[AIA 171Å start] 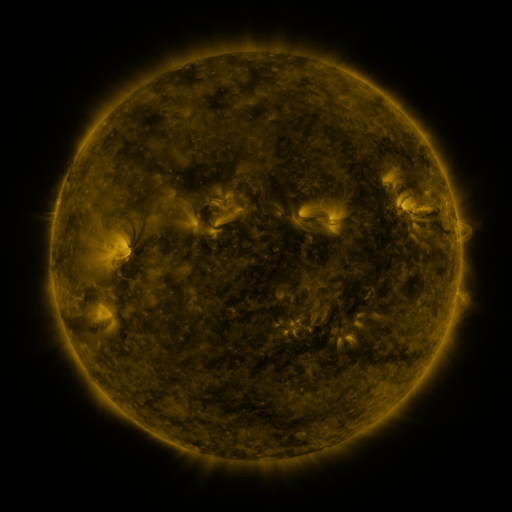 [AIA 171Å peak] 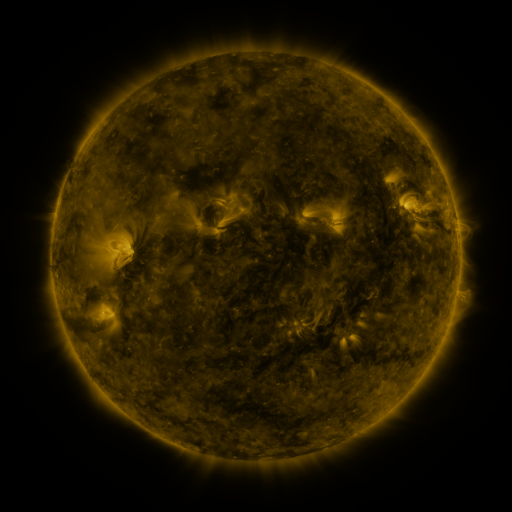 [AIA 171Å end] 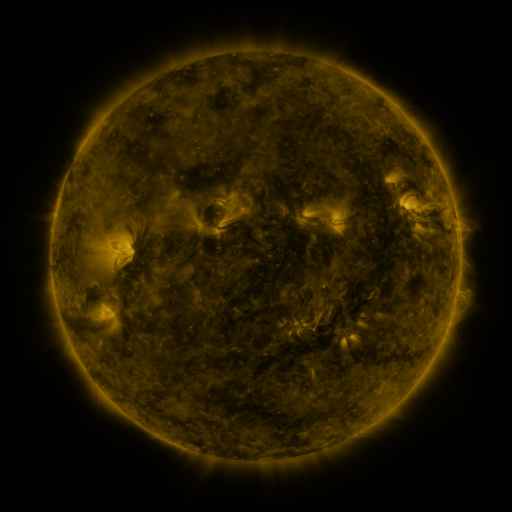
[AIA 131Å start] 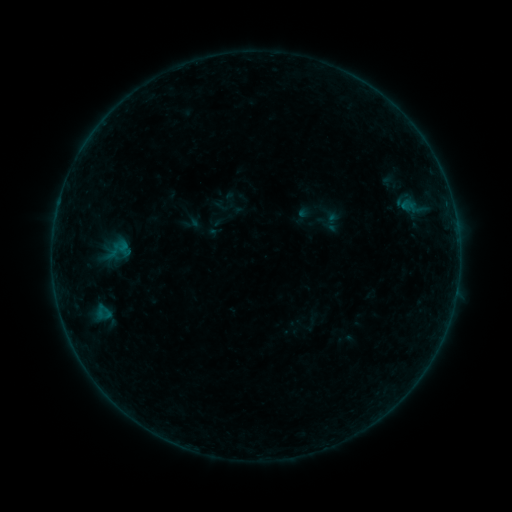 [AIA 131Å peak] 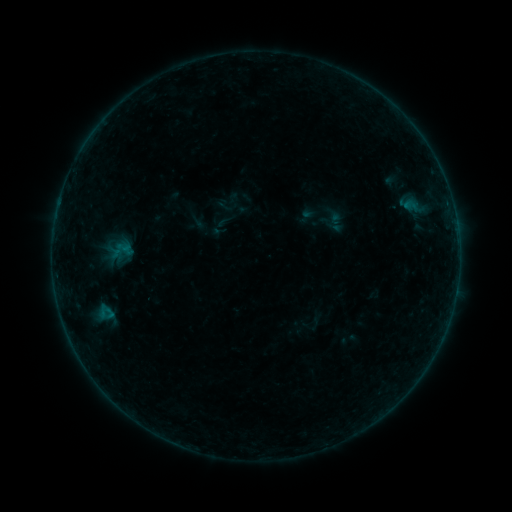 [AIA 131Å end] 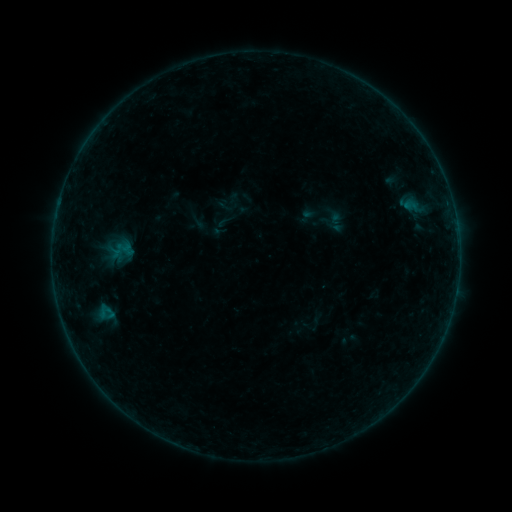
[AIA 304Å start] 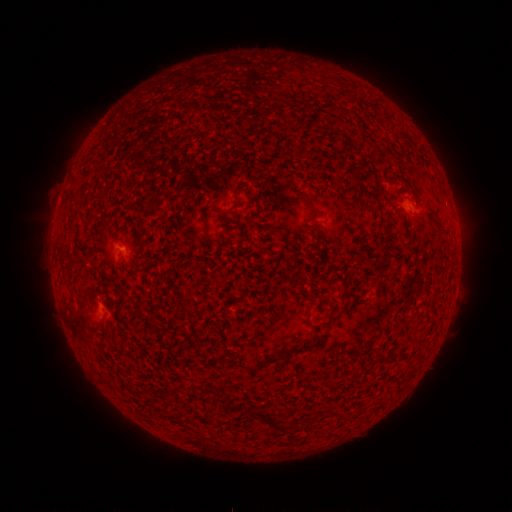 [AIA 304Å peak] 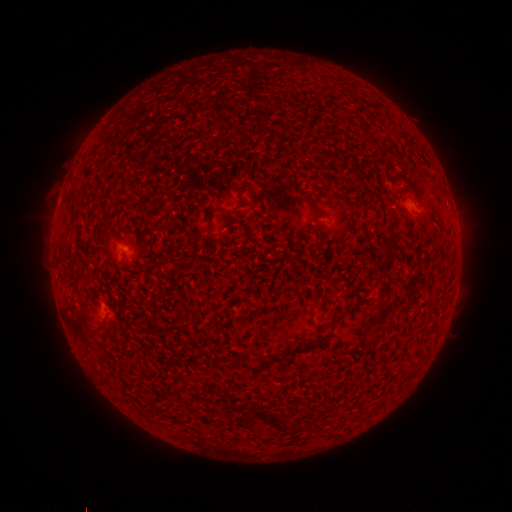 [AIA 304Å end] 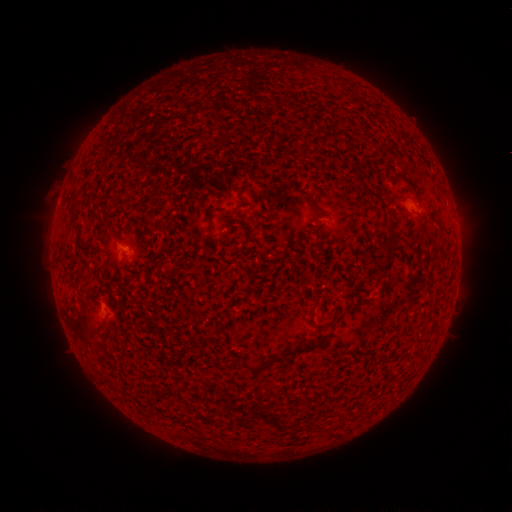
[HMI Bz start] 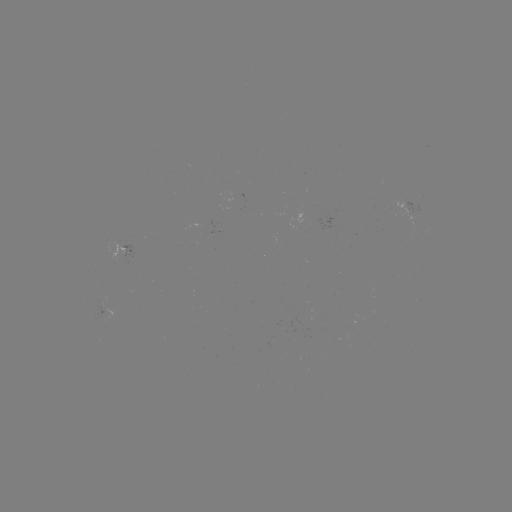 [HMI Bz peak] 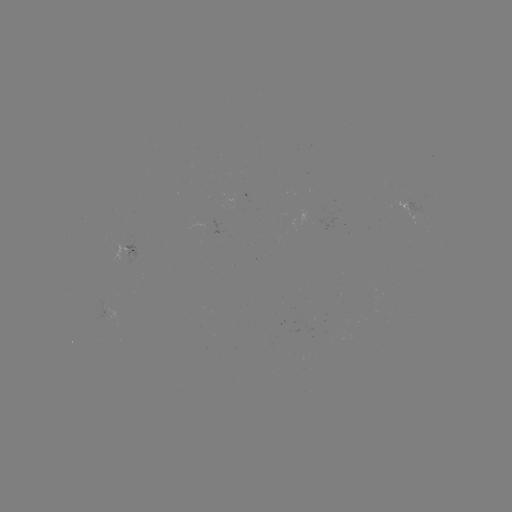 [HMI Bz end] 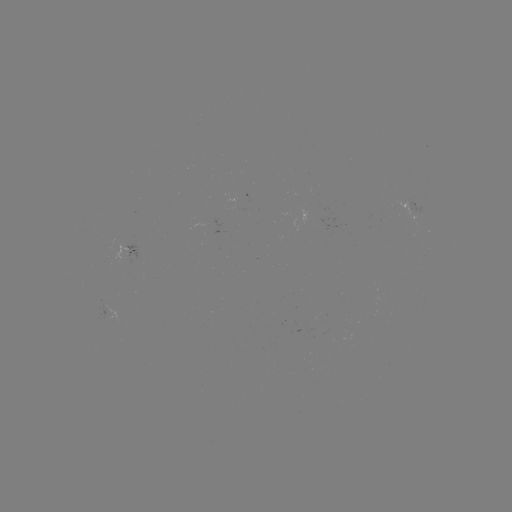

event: emerging-flux region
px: (221, 230)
